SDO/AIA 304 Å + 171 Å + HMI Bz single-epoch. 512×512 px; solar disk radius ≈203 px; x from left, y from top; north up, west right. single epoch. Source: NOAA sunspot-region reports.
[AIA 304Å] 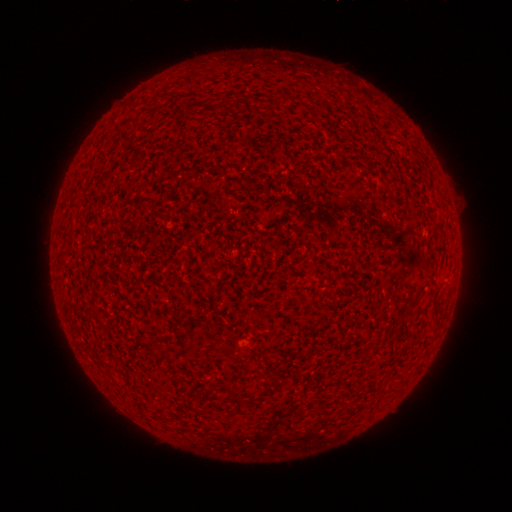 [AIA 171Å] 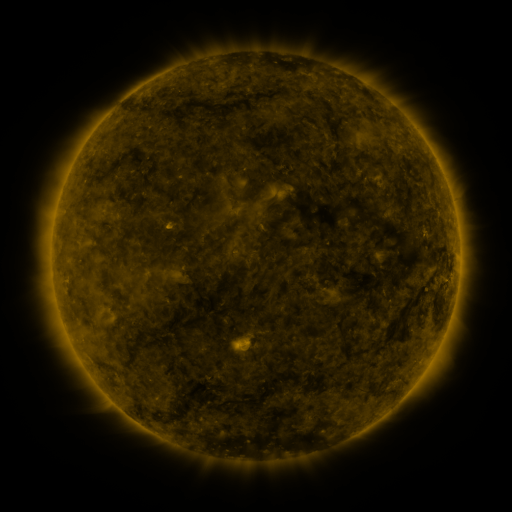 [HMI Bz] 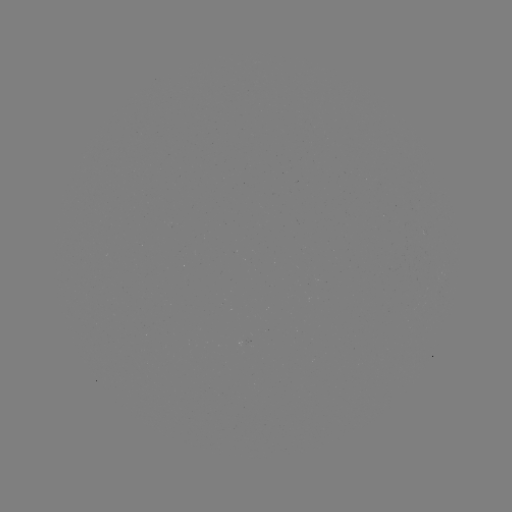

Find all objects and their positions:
(none)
